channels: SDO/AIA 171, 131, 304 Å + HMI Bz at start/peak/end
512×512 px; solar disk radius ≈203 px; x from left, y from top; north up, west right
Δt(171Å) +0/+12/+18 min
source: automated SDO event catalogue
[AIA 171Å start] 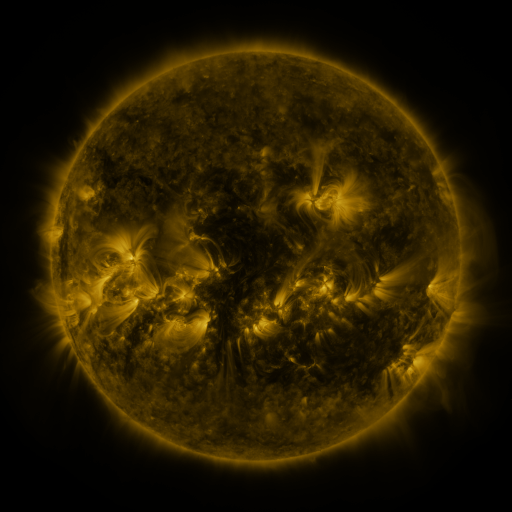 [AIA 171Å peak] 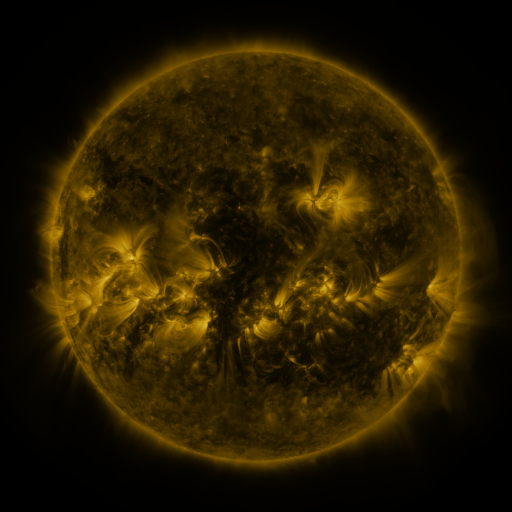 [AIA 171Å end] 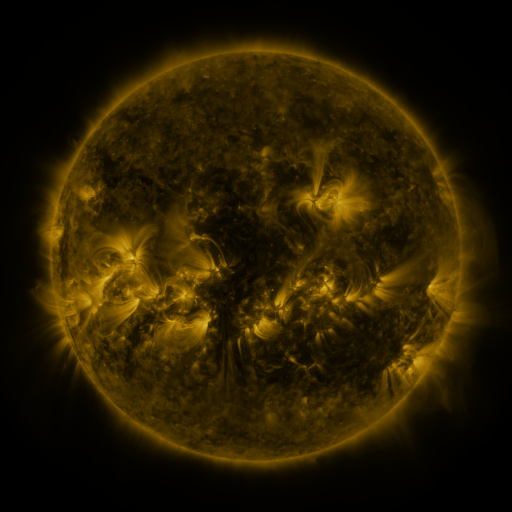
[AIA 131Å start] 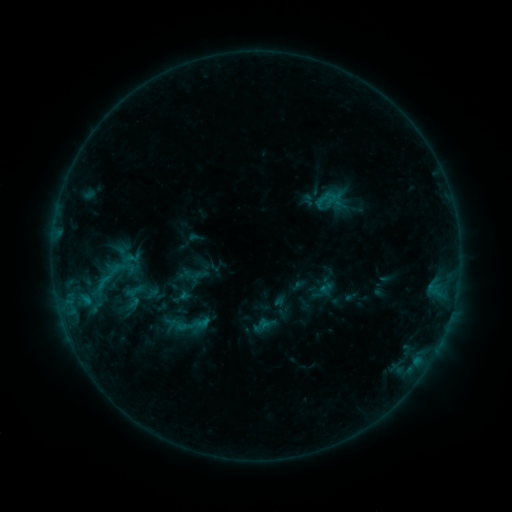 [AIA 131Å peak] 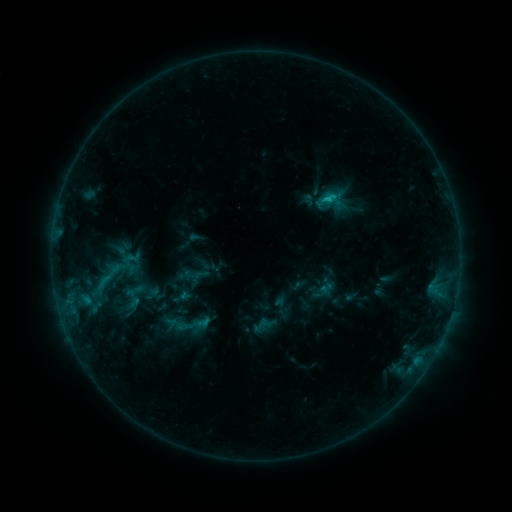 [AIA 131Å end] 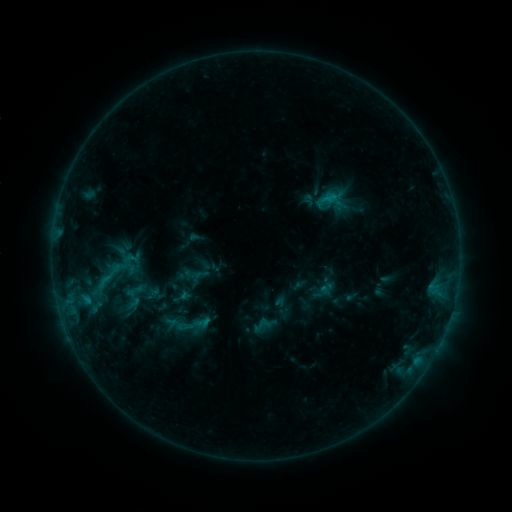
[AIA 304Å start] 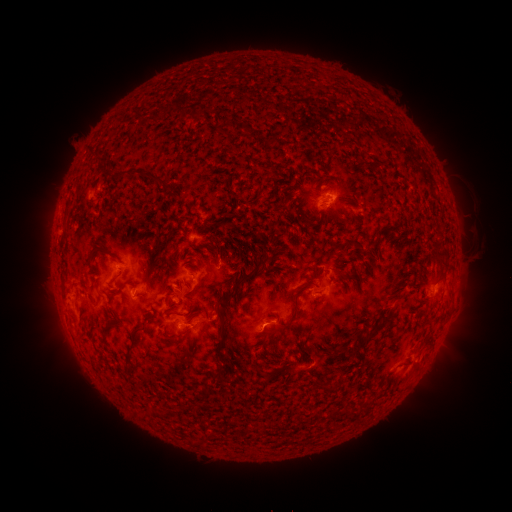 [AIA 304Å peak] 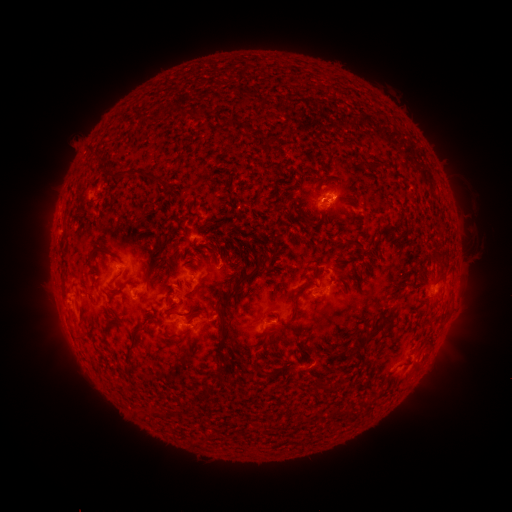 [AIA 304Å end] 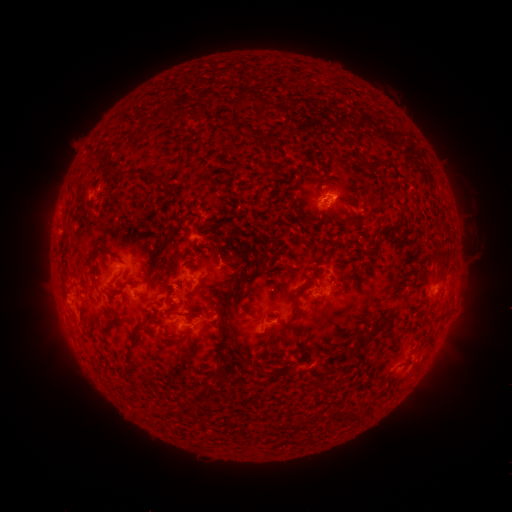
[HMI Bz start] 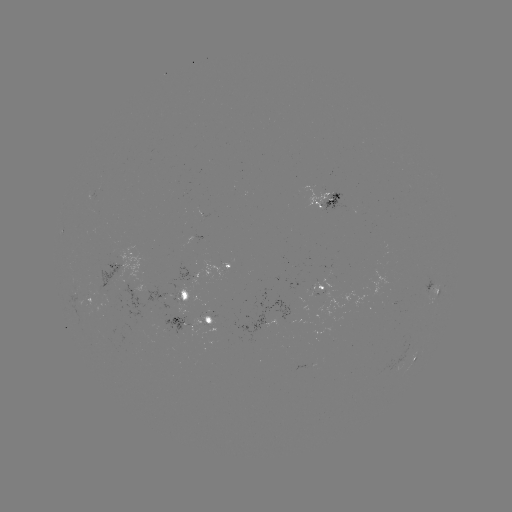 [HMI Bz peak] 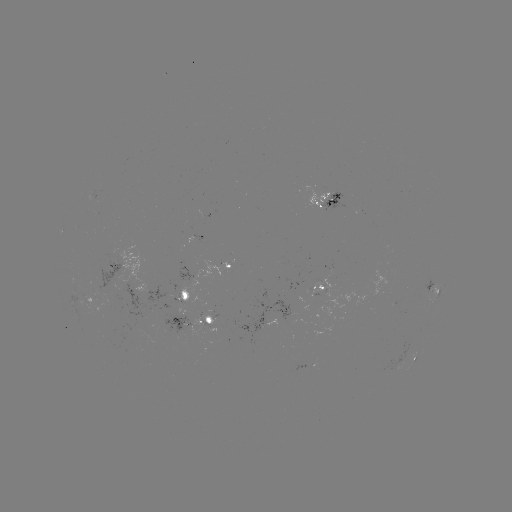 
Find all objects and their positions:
B8.4 flare: (327, 199)
